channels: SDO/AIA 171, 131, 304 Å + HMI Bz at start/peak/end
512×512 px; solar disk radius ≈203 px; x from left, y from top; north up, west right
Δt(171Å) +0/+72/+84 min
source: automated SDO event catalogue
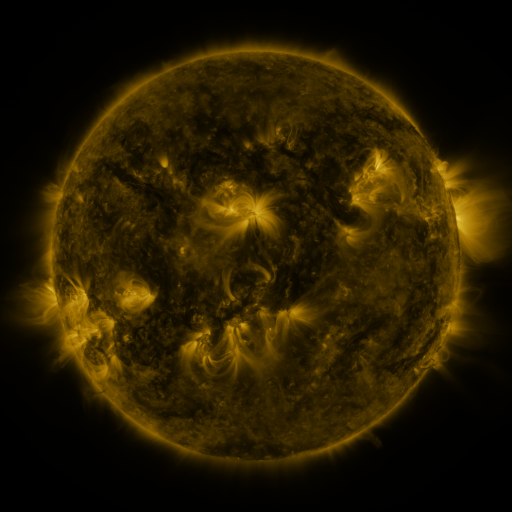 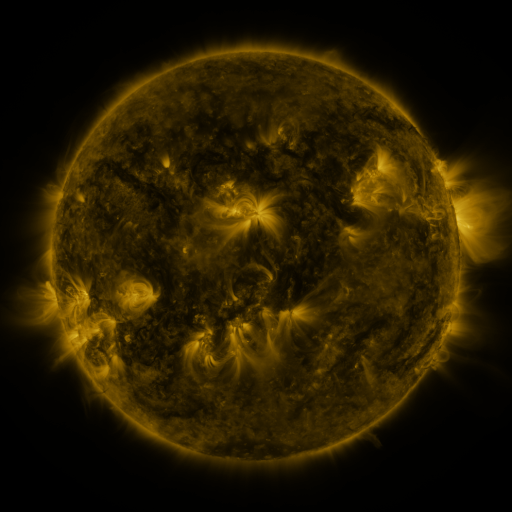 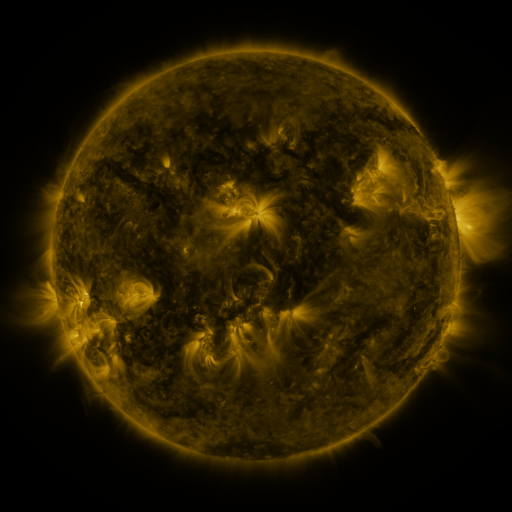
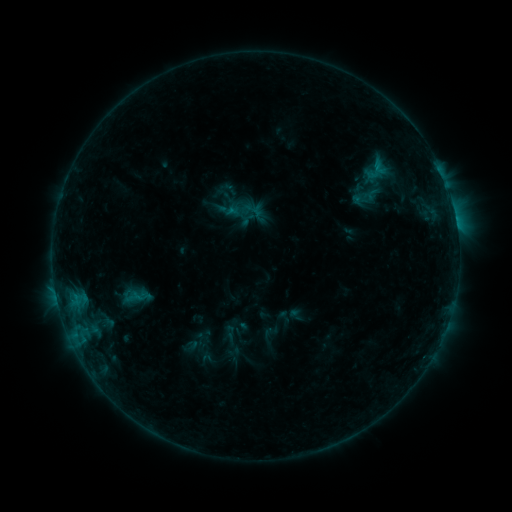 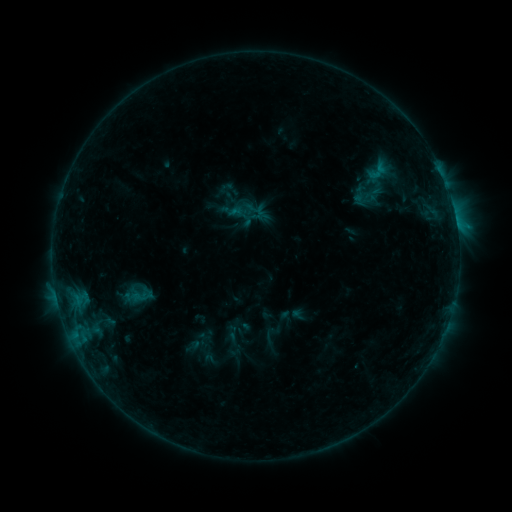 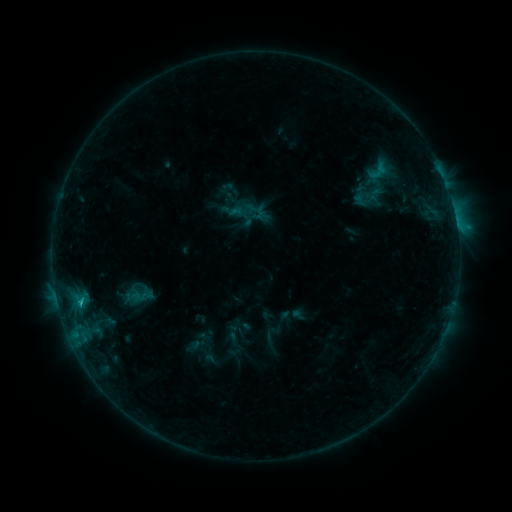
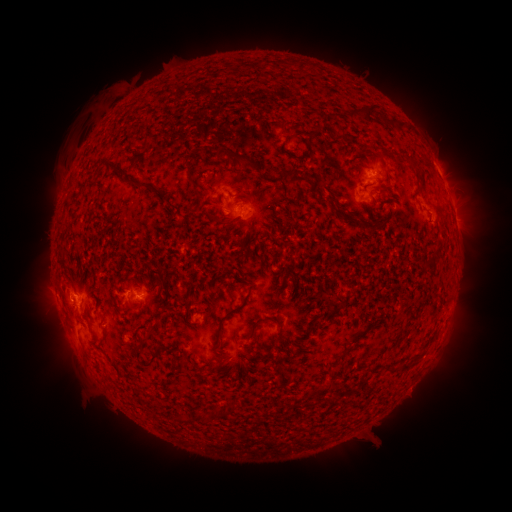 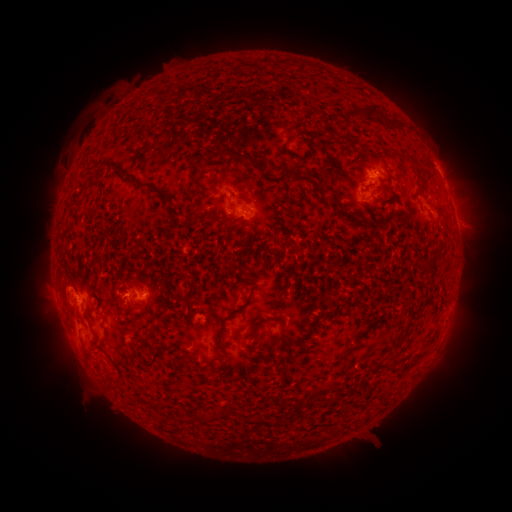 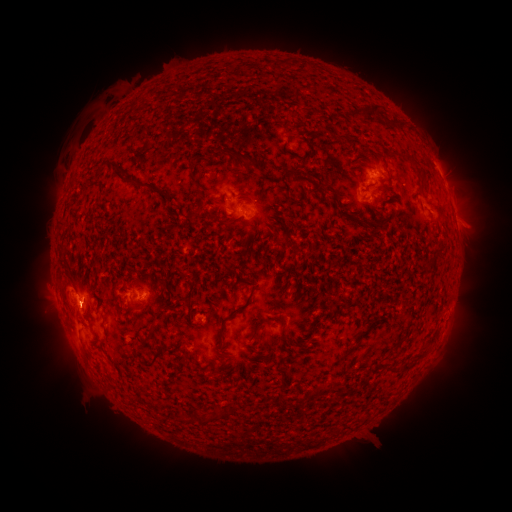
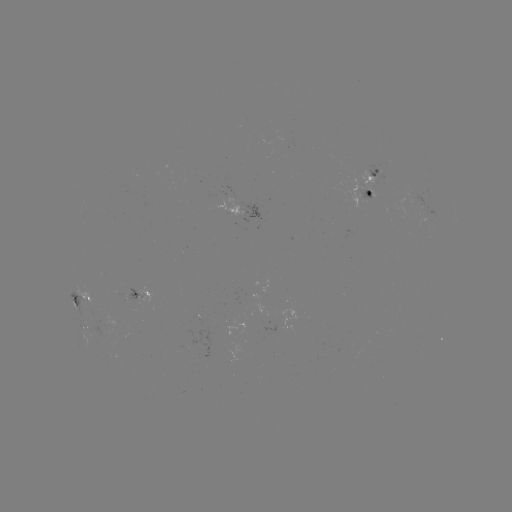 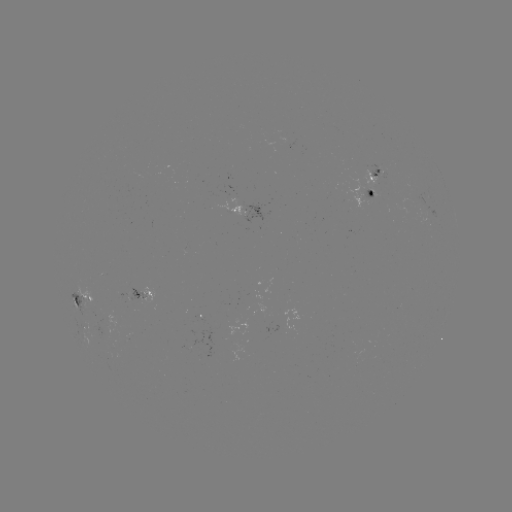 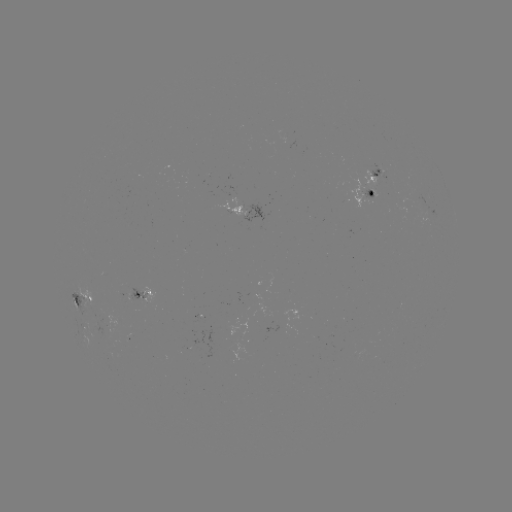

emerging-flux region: (364, 191, 378, 198)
